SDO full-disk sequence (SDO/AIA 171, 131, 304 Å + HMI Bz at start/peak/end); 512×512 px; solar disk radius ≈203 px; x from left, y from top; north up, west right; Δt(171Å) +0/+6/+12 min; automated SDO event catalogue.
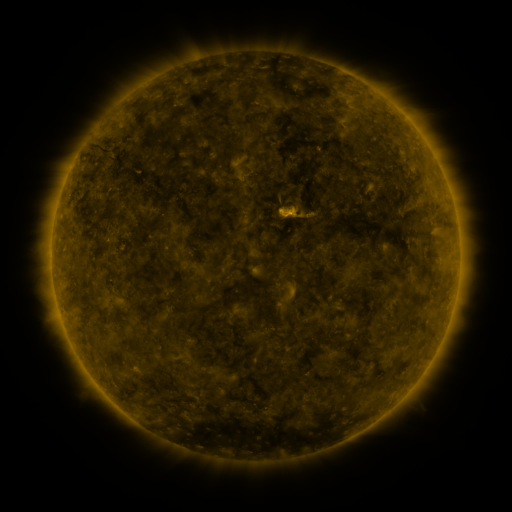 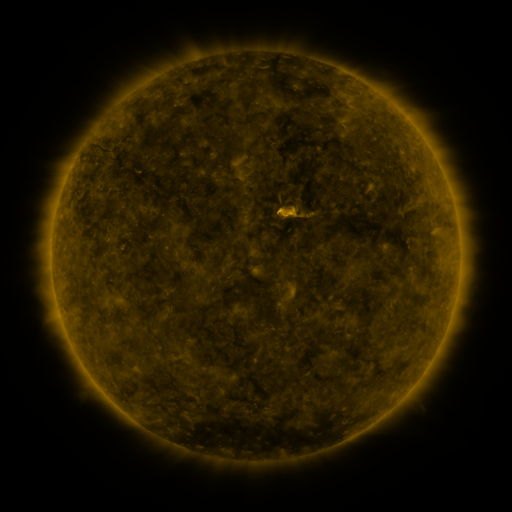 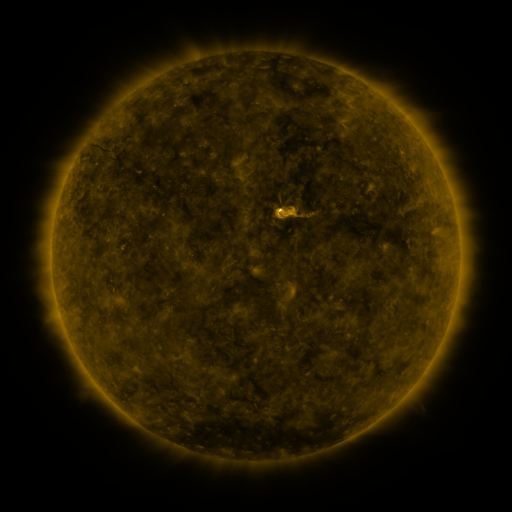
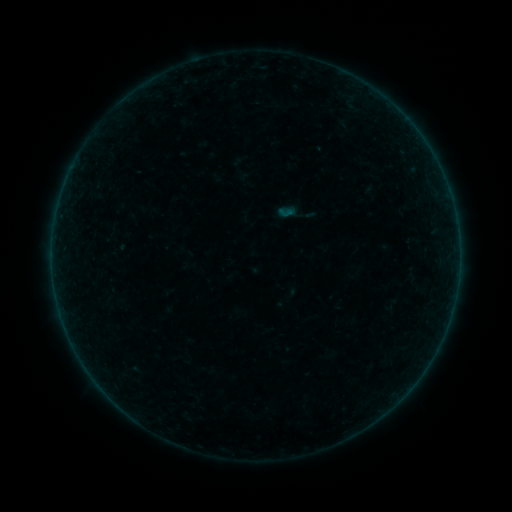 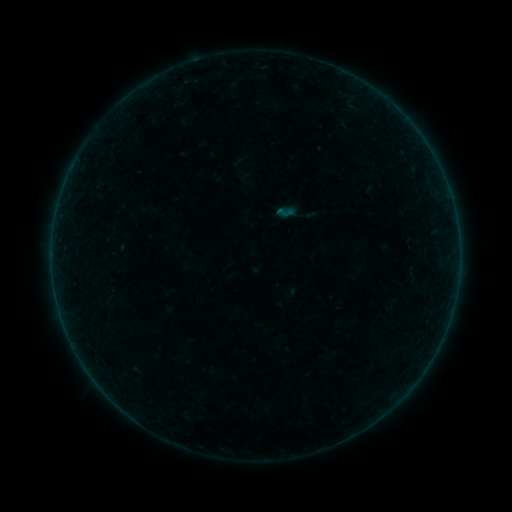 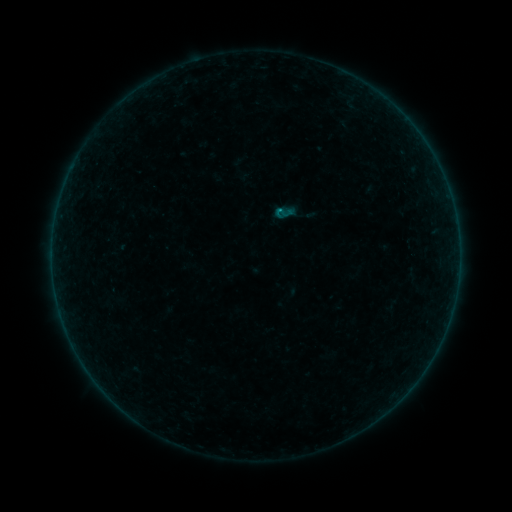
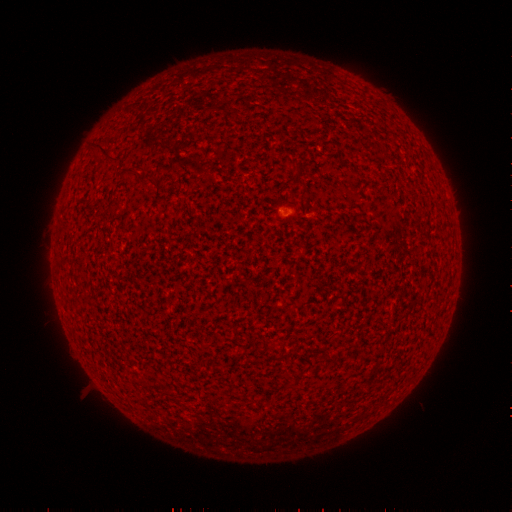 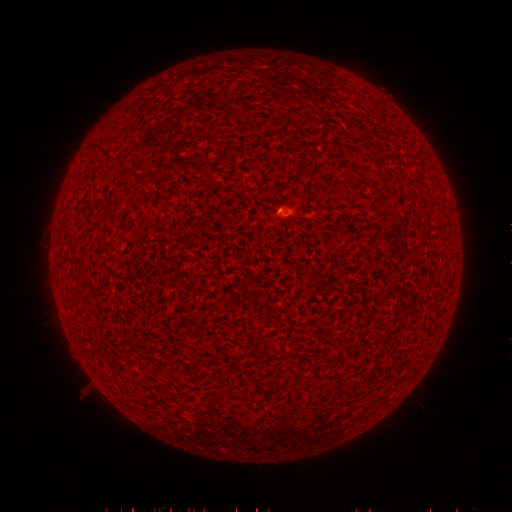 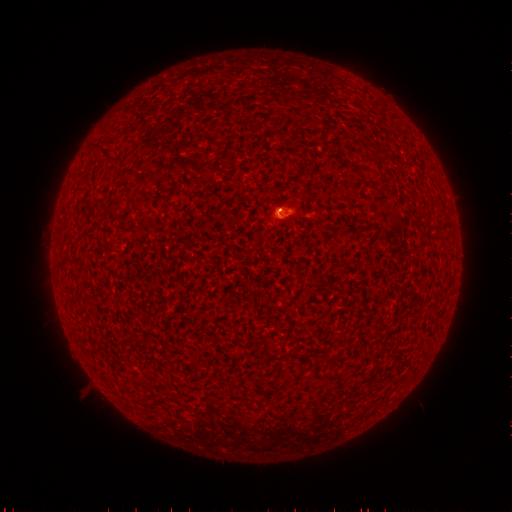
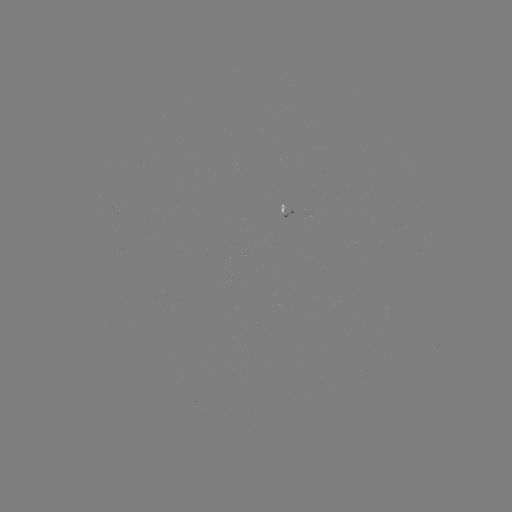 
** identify B3.3 flare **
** (277, 213) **